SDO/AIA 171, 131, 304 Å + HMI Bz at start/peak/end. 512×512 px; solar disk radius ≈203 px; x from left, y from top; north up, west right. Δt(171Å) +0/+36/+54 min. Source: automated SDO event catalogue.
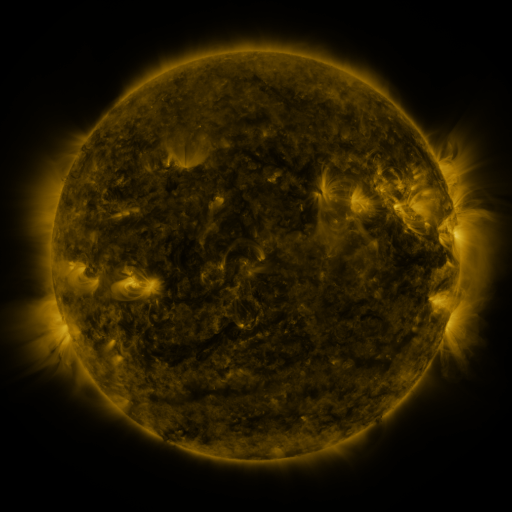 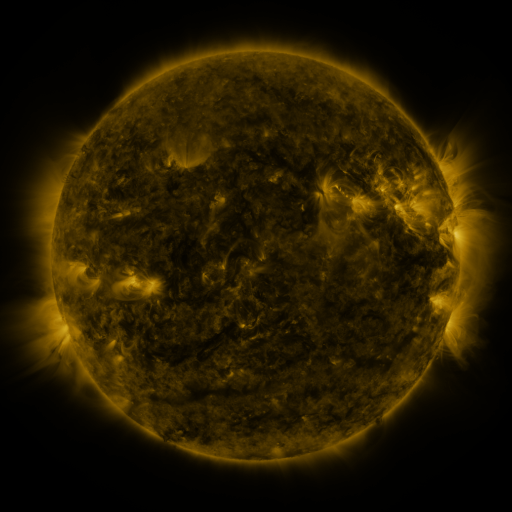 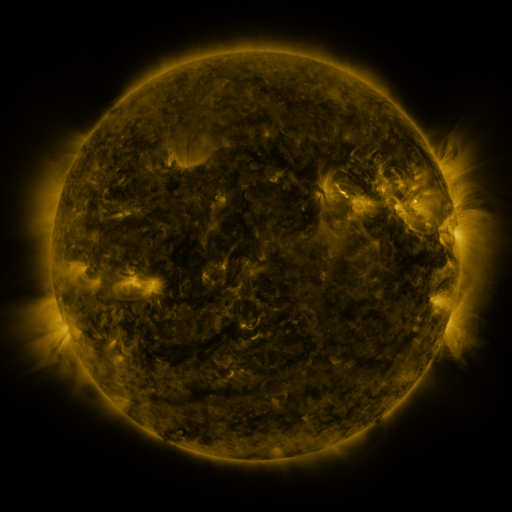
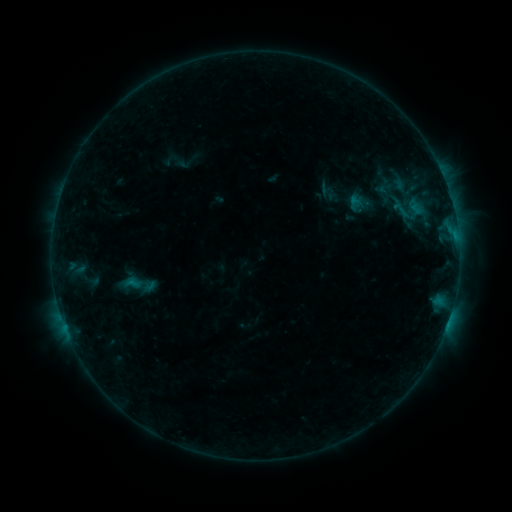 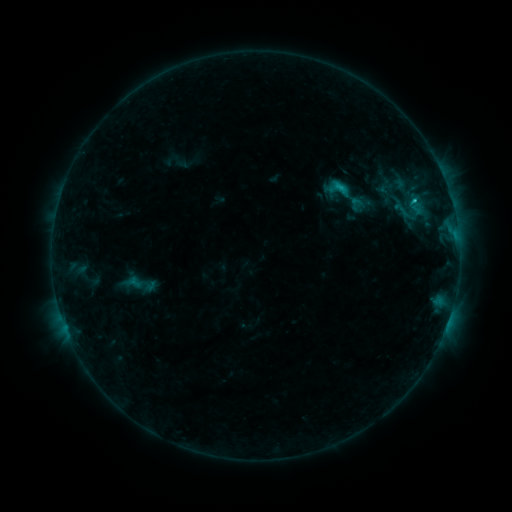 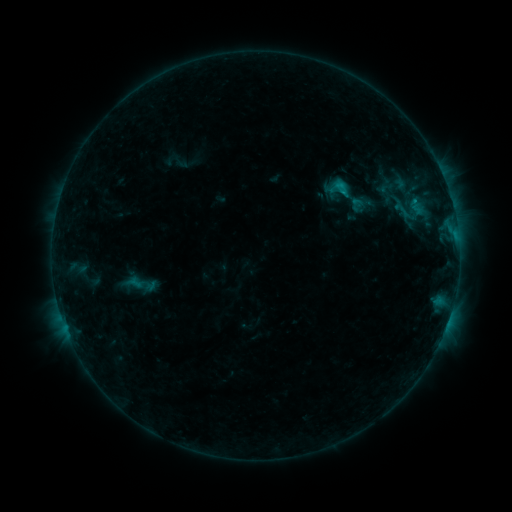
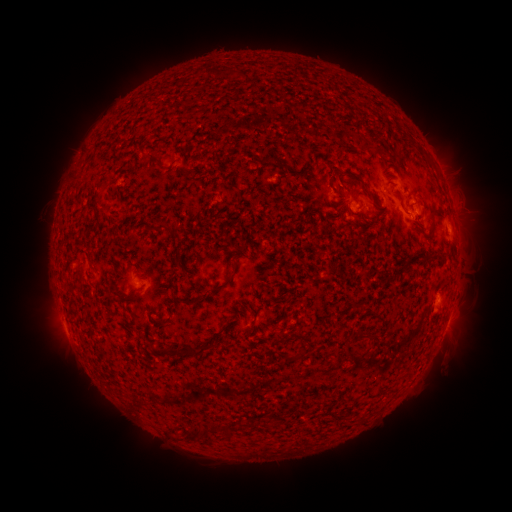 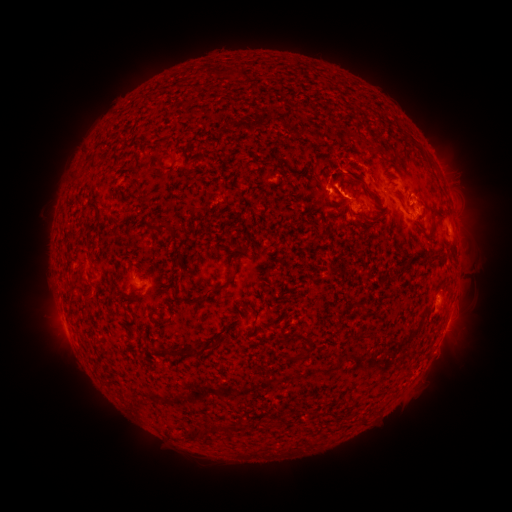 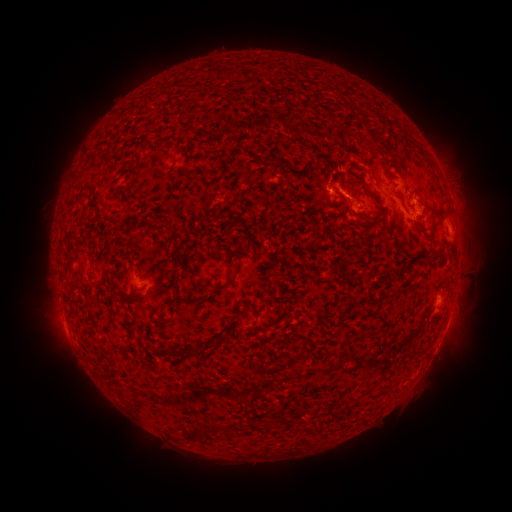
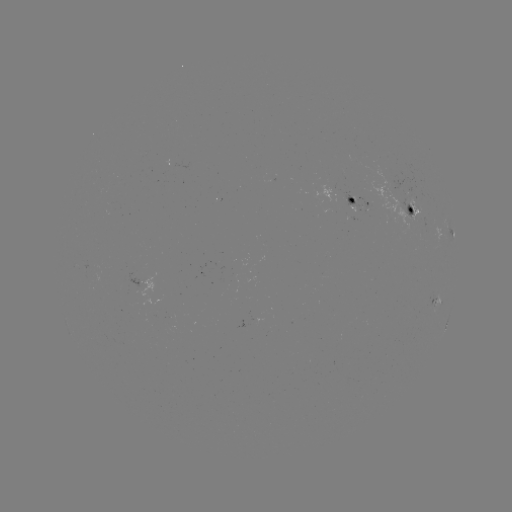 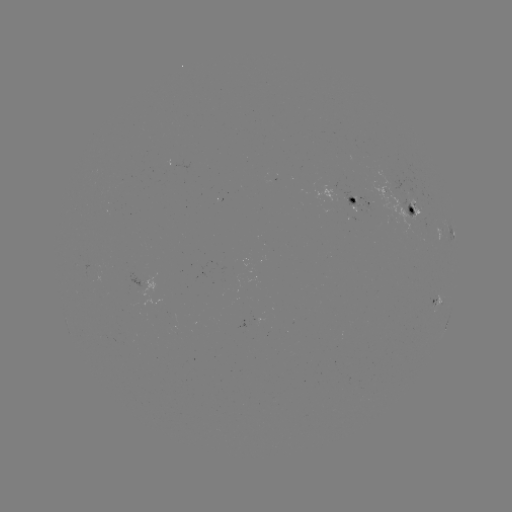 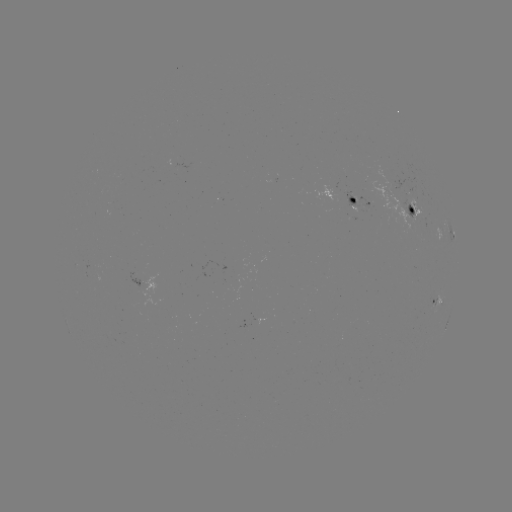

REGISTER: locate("C1.5 flare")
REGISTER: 413,202